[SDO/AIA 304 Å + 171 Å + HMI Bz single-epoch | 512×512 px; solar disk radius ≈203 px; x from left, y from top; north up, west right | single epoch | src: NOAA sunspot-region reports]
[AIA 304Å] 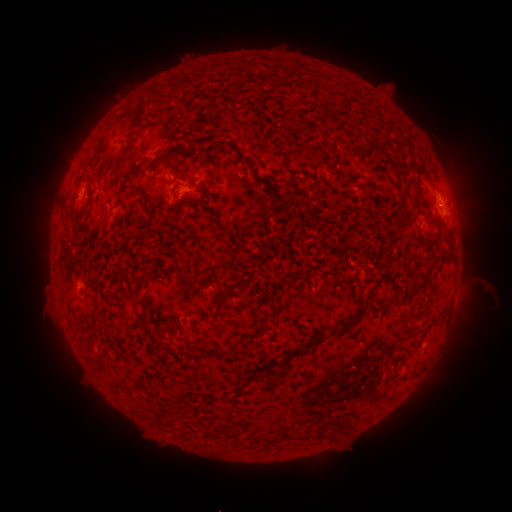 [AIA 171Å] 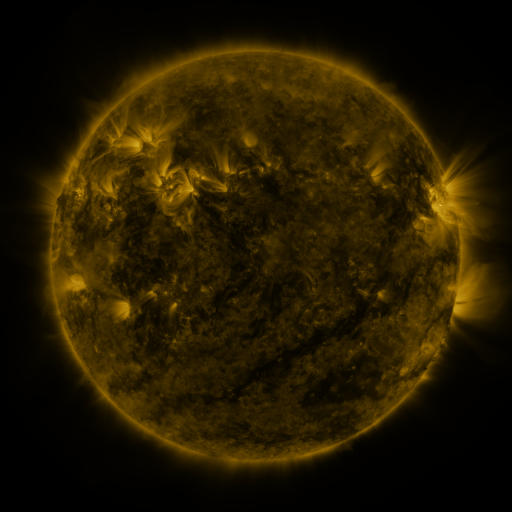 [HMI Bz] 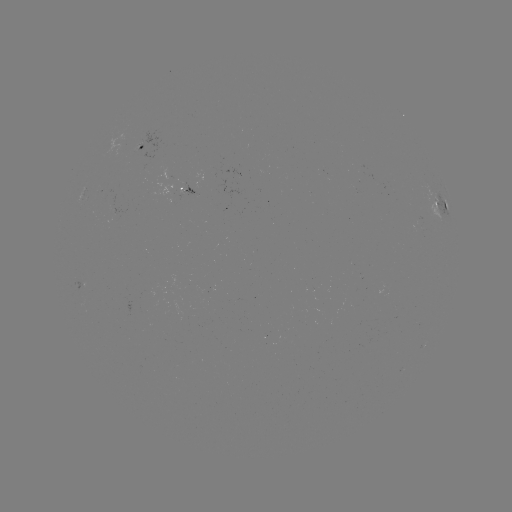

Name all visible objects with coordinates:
spotted active region: (137, 147)
spotted active region: (188, 185)
spotted active region: (439, 203)
